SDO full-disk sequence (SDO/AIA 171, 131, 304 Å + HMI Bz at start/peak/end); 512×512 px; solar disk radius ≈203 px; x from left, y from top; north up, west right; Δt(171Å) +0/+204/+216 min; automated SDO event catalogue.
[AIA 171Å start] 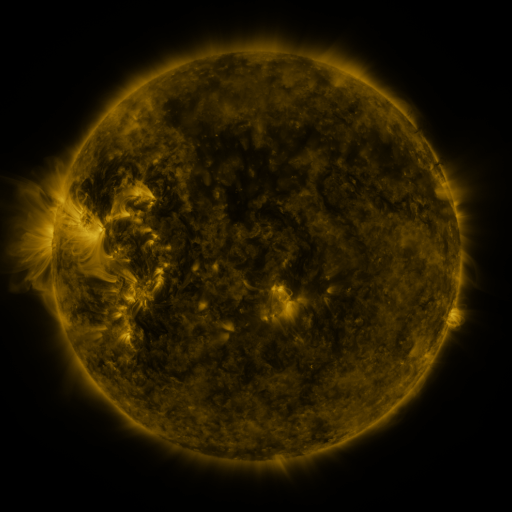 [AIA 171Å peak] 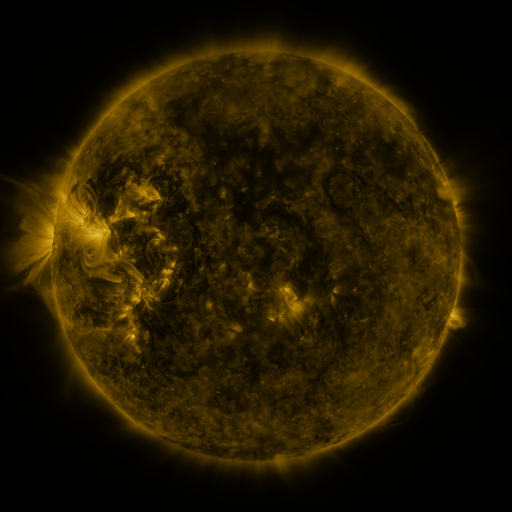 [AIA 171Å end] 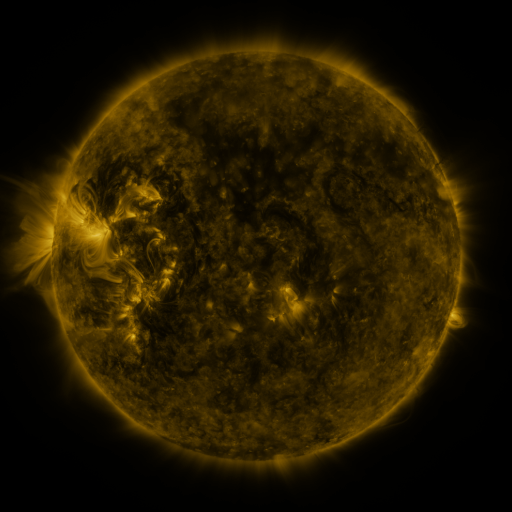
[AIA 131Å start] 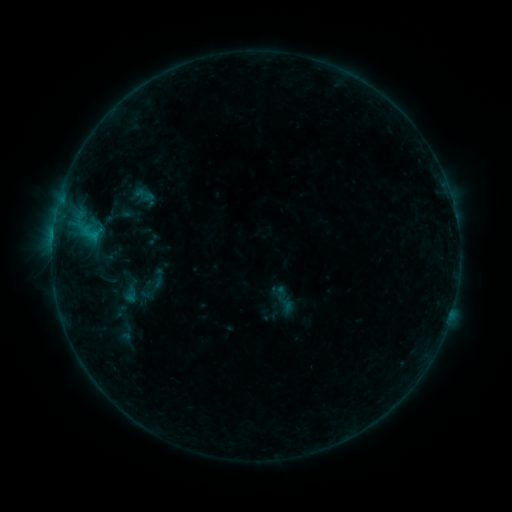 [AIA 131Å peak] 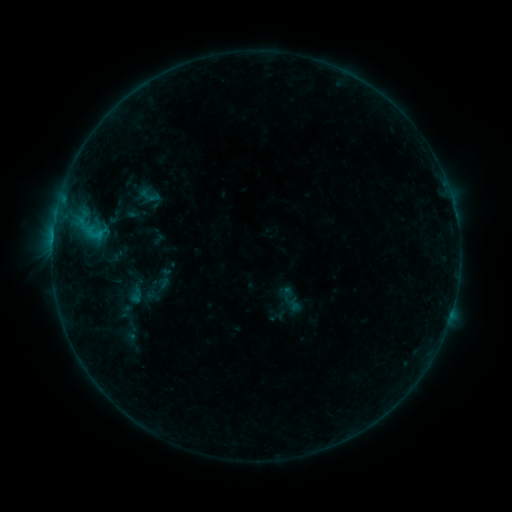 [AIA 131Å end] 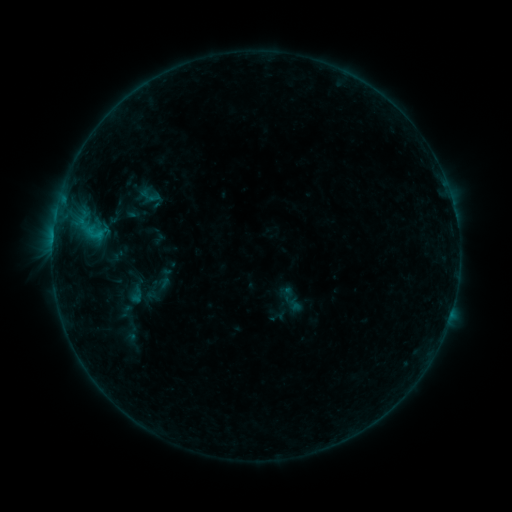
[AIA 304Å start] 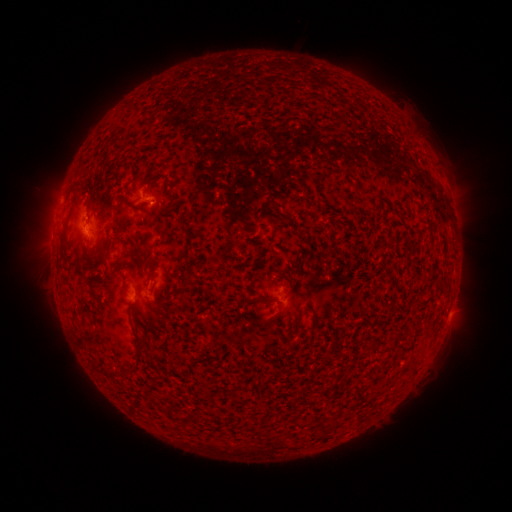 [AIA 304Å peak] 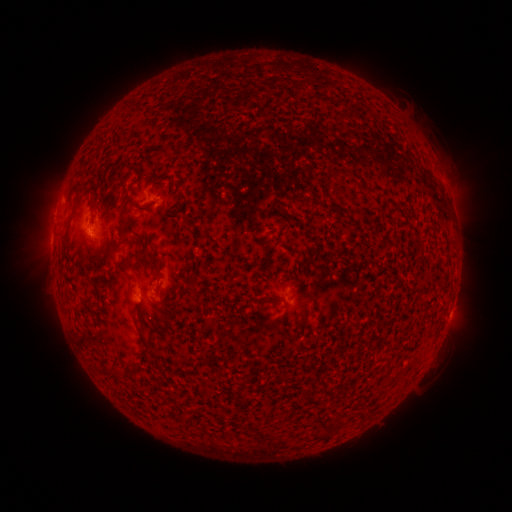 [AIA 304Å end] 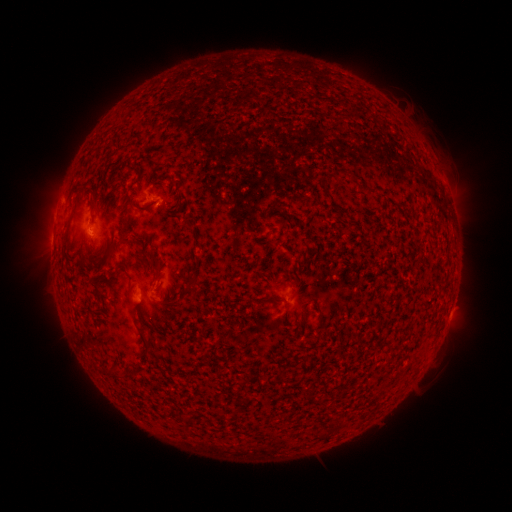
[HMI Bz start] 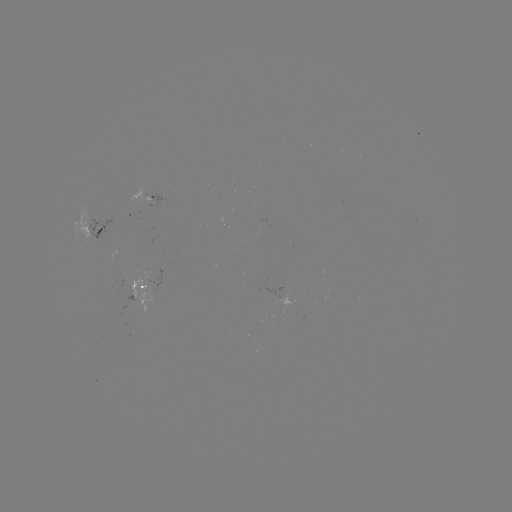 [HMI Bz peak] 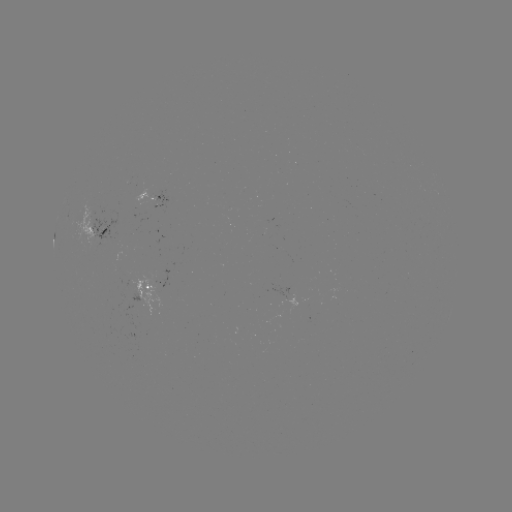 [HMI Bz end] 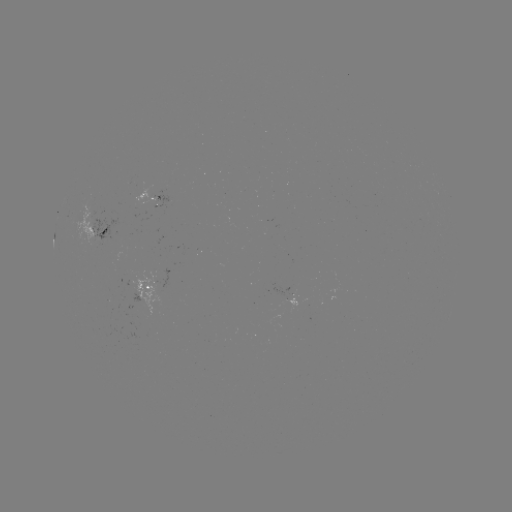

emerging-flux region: [152, 189, 166, 207]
